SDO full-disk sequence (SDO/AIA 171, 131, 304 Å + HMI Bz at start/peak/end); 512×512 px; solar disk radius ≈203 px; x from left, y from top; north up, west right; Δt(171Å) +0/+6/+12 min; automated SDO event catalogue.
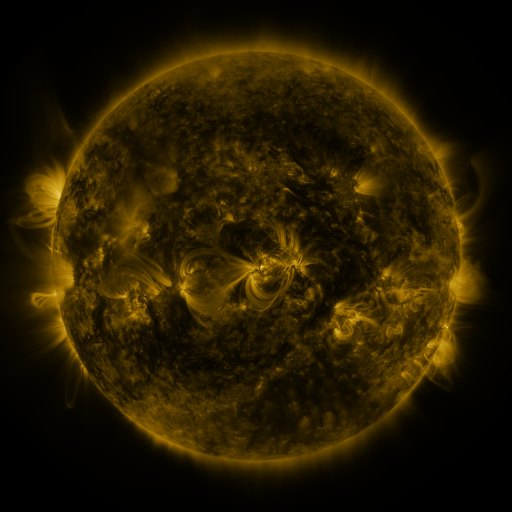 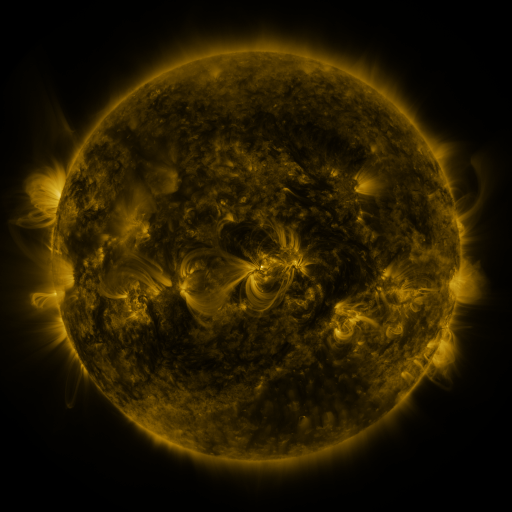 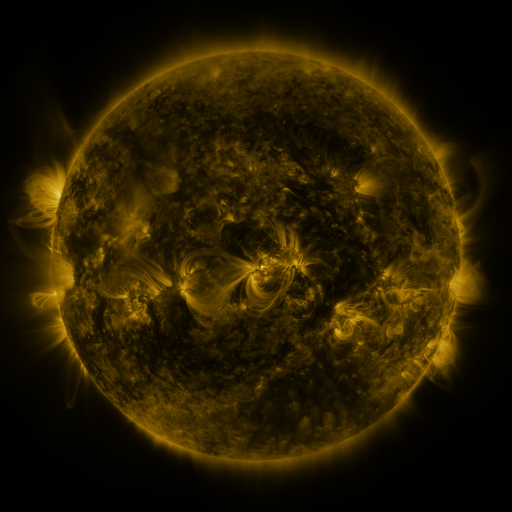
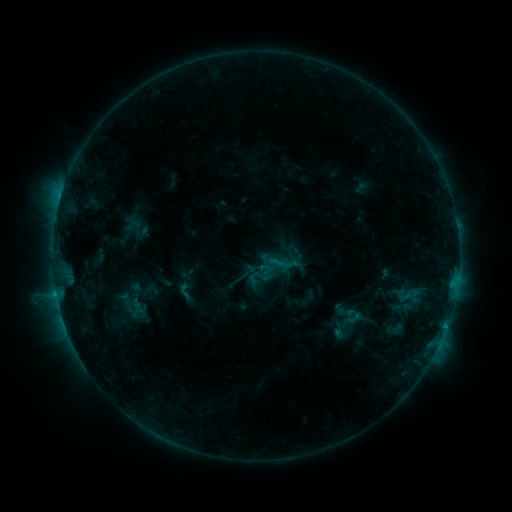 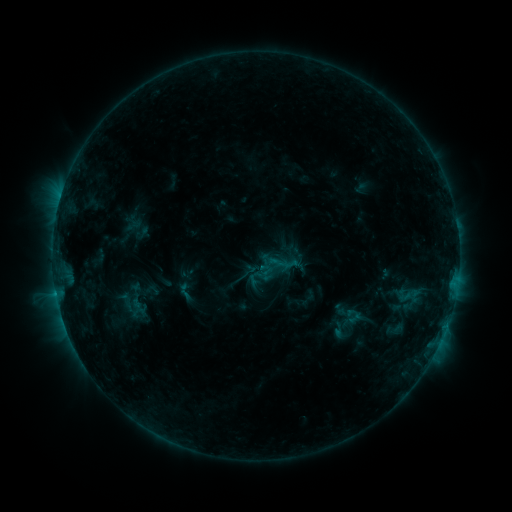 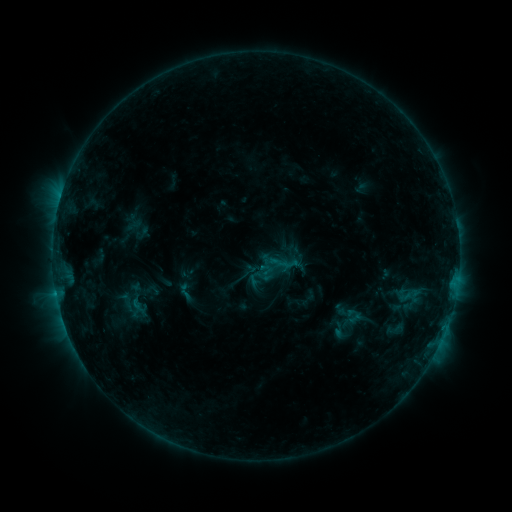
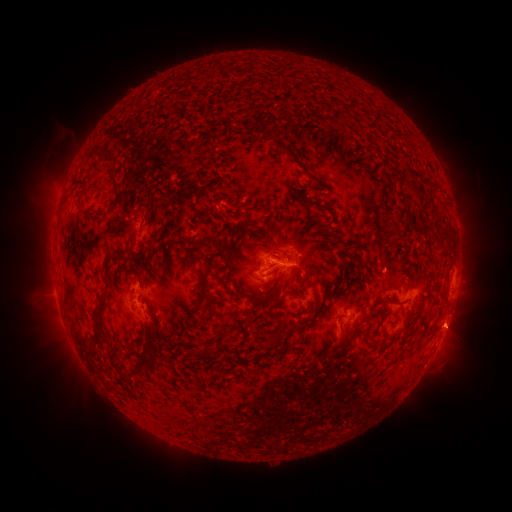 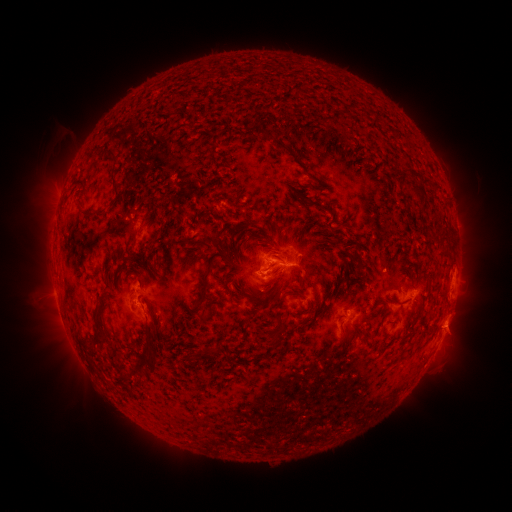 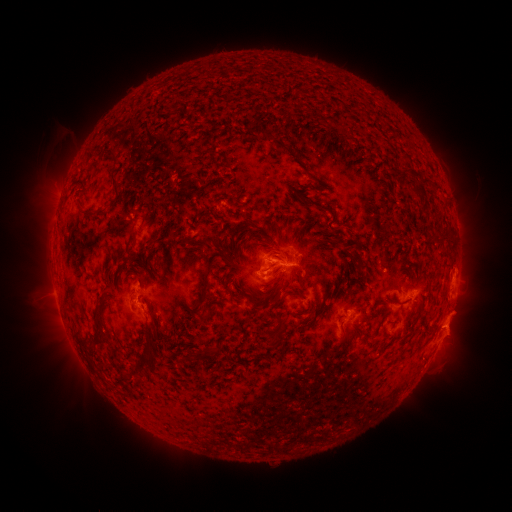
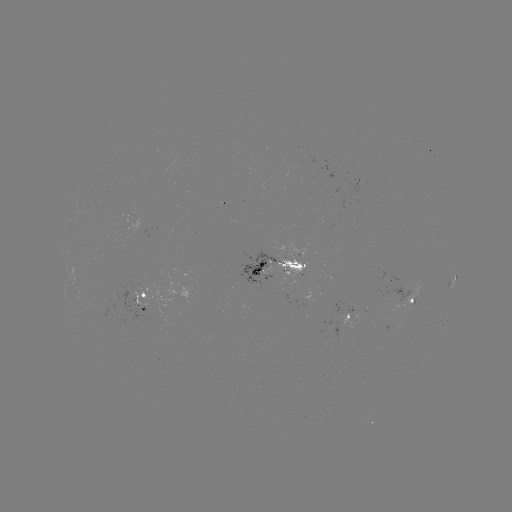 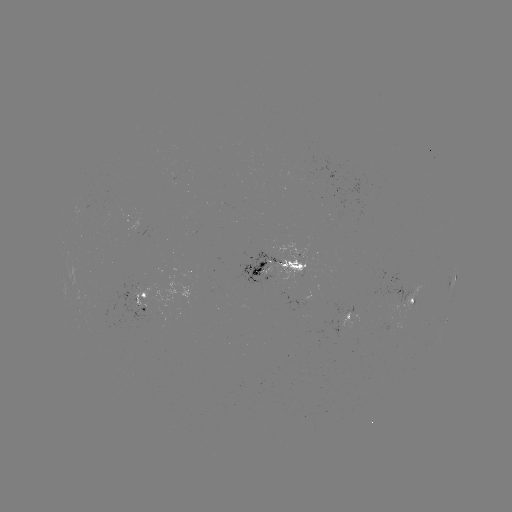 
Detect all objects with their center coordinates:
eruption: (453, 319)
